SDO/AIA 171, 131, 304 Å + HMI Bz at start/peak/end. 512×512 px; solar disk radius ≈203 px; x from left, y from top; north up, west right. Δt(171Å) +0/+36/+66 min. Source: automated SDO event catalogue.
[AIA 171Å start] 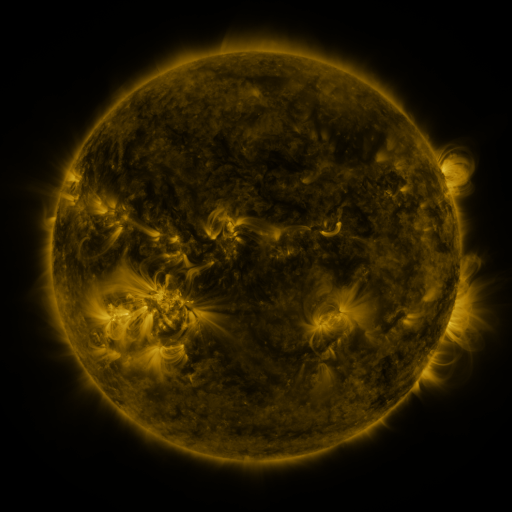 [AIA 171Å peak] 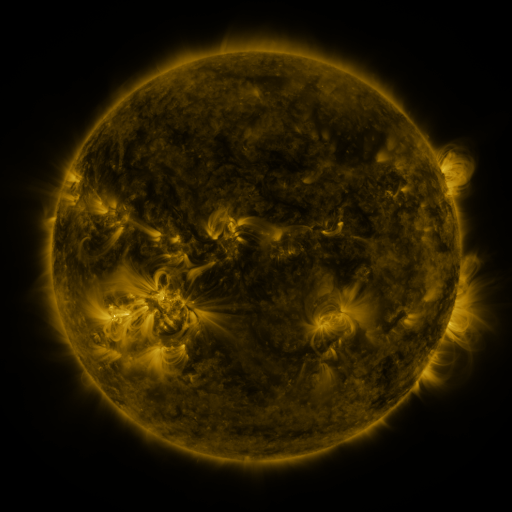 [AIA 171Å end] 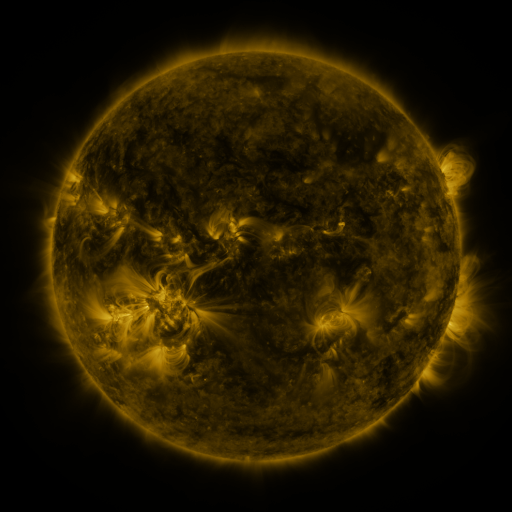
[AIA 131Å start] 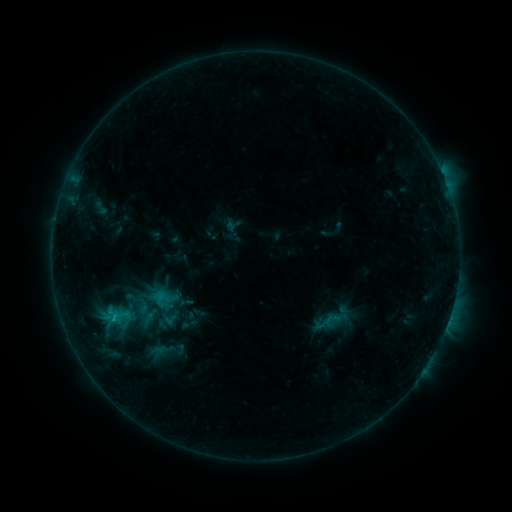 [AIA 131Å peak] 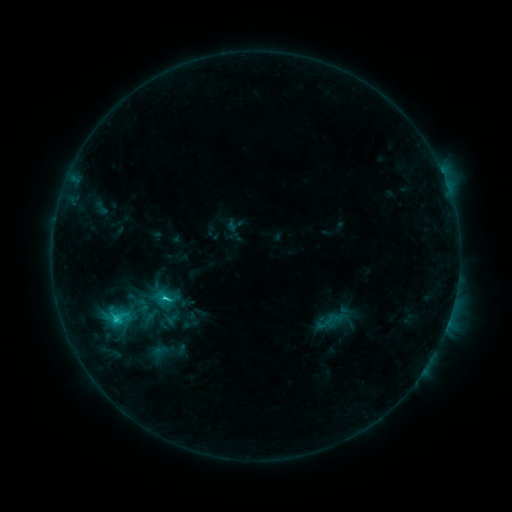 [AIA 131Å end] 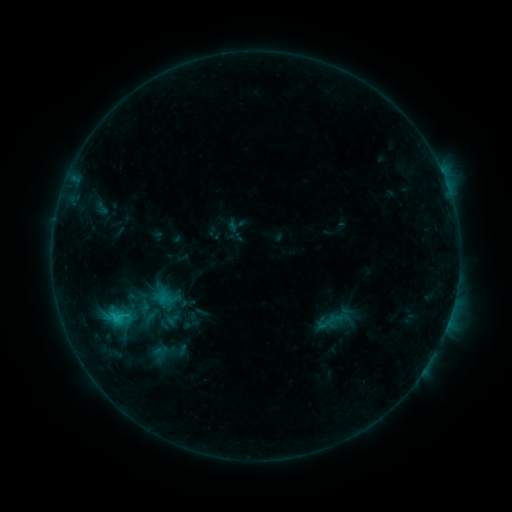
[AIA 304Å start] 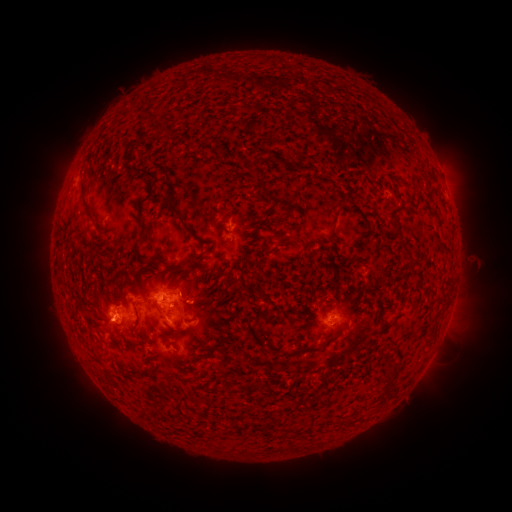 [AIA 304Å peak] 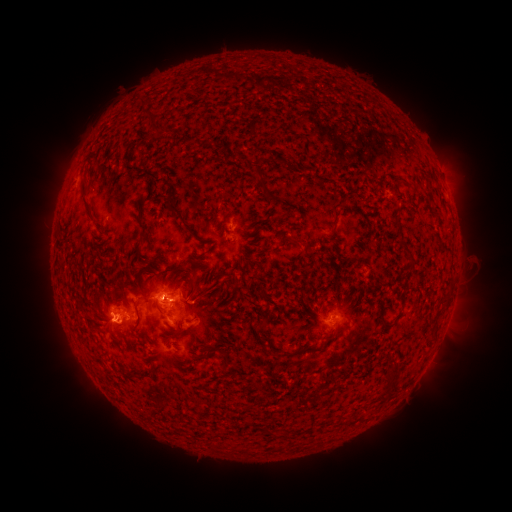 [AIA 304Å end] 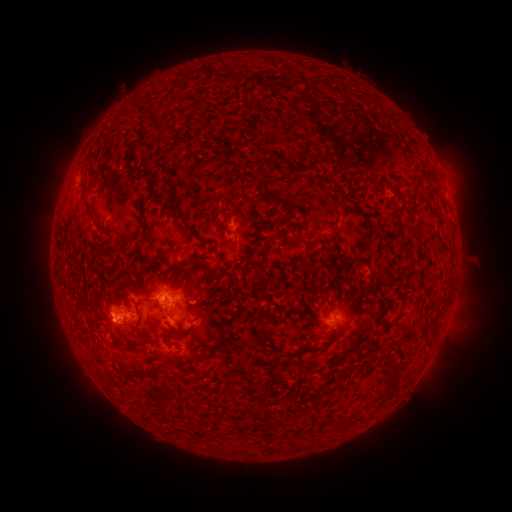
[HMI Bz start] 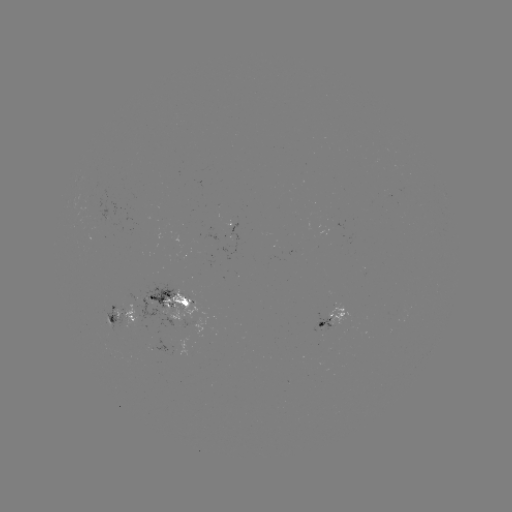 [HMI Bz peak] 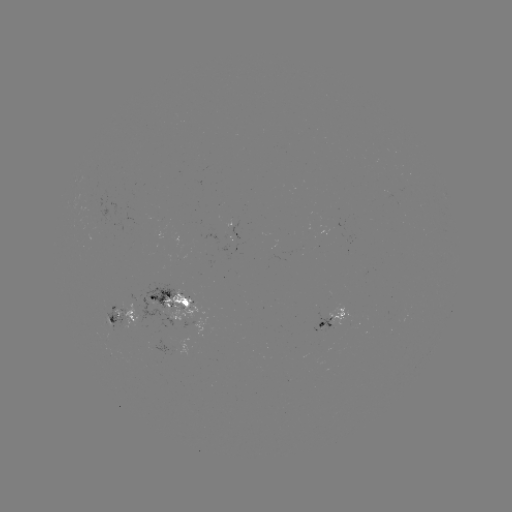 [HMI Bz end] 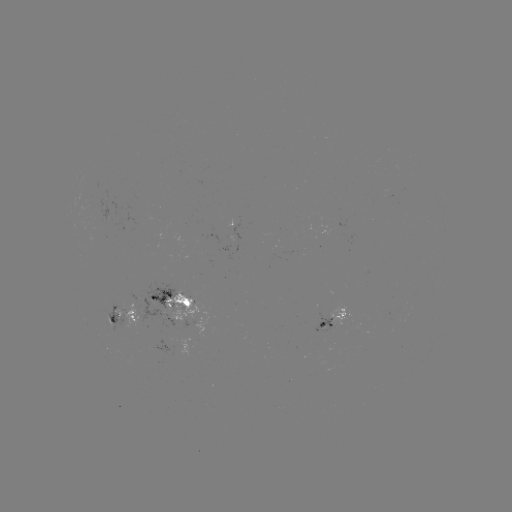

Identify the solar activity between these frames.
C2.3 flare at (116, 316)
